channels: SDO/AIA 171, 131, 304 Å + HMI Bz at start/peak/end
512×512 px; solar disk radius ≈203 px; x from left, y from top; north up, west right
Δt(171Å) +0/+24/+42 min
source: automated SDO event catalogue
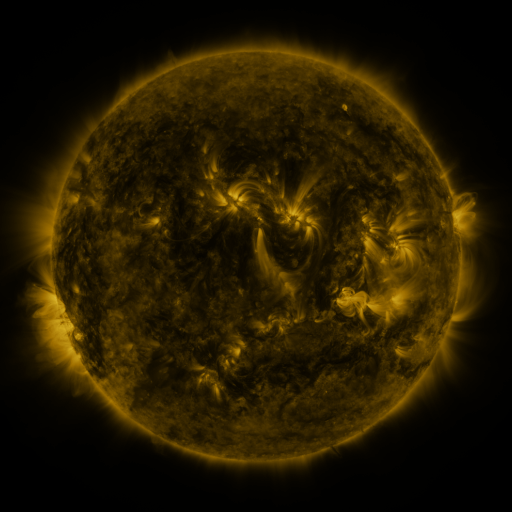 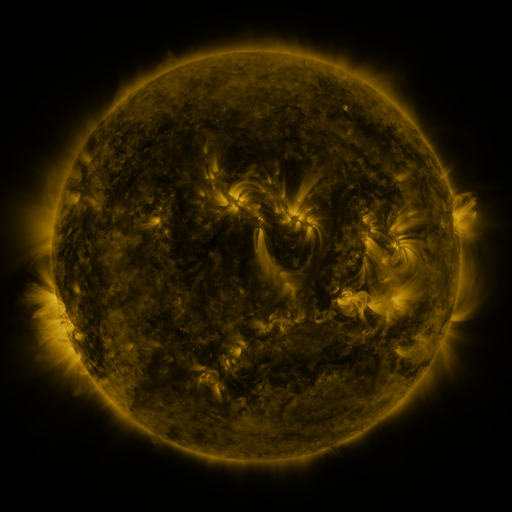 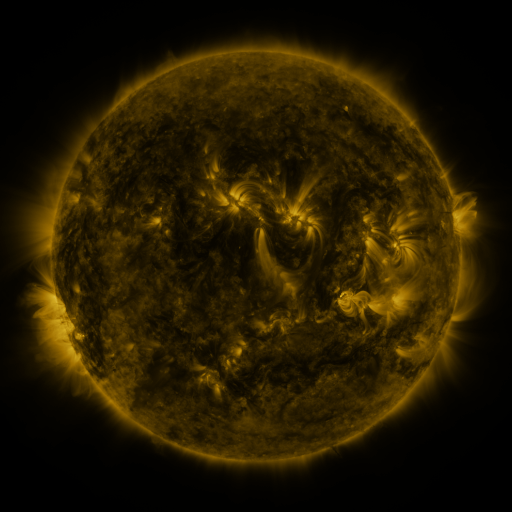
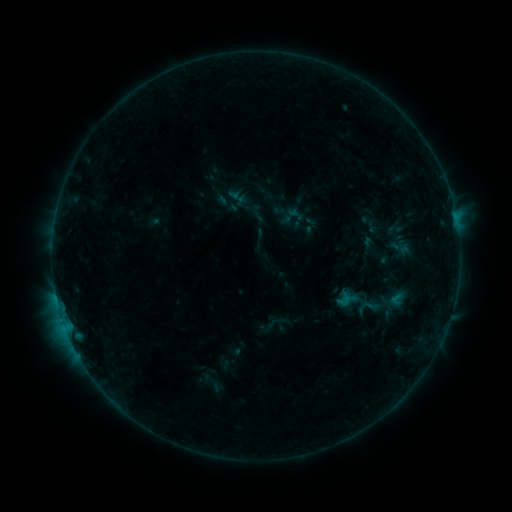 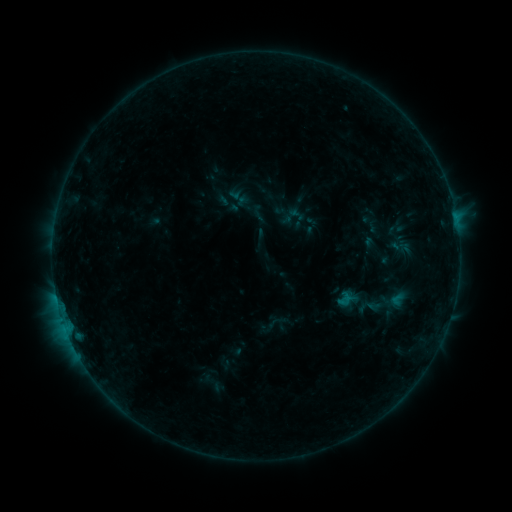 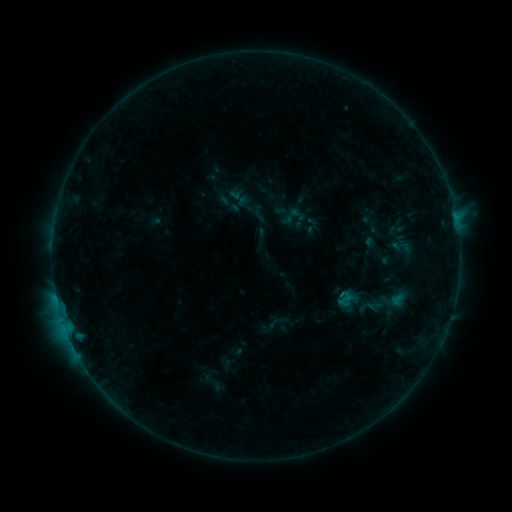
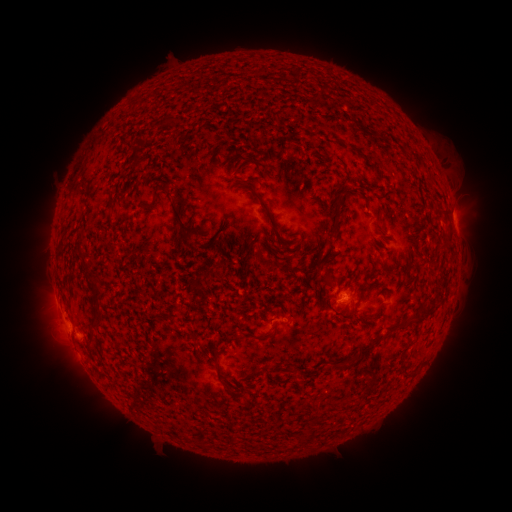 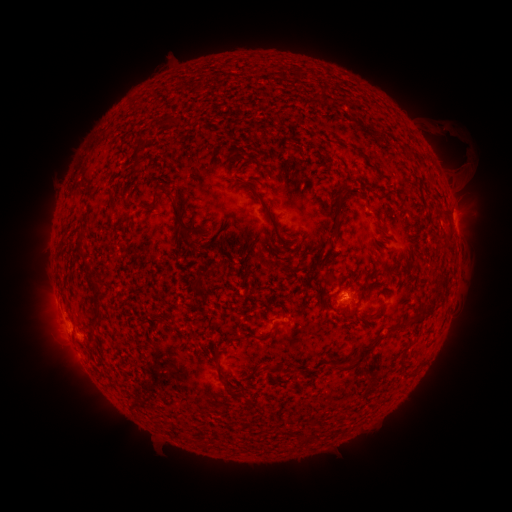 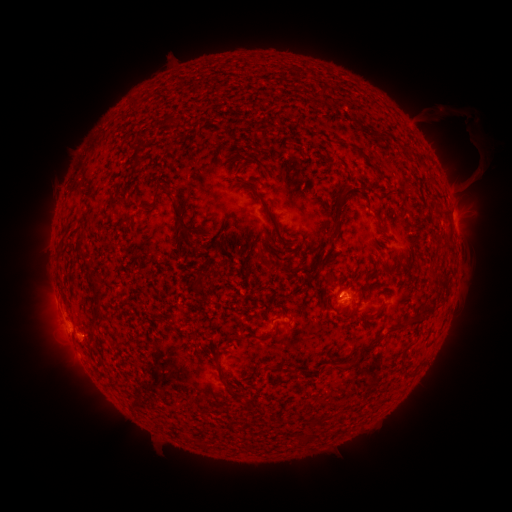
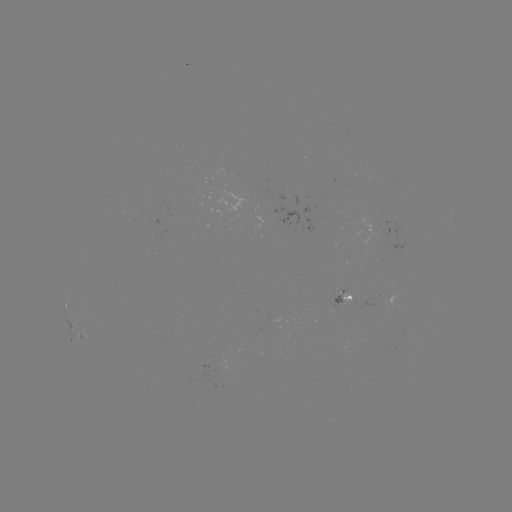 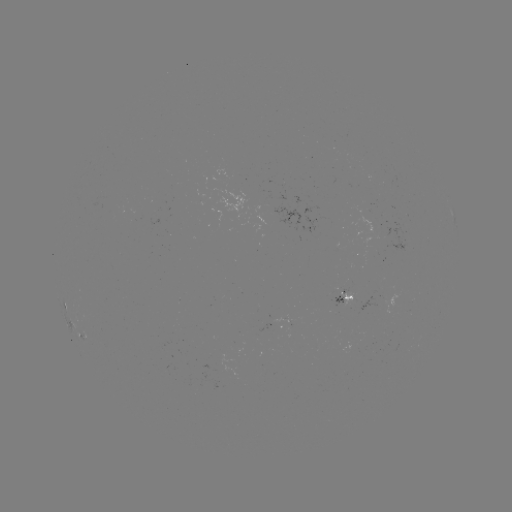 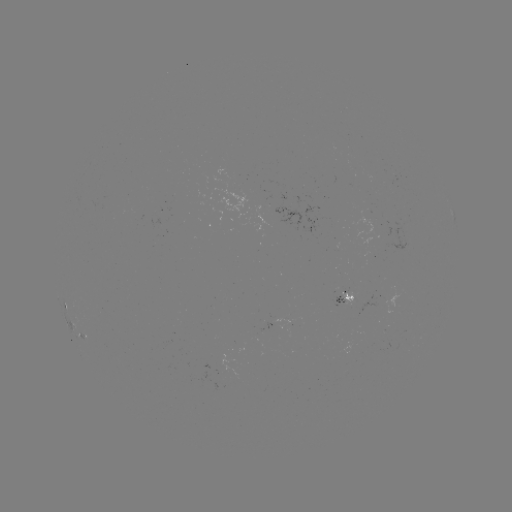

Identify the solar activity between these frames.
eruption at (456, 148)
